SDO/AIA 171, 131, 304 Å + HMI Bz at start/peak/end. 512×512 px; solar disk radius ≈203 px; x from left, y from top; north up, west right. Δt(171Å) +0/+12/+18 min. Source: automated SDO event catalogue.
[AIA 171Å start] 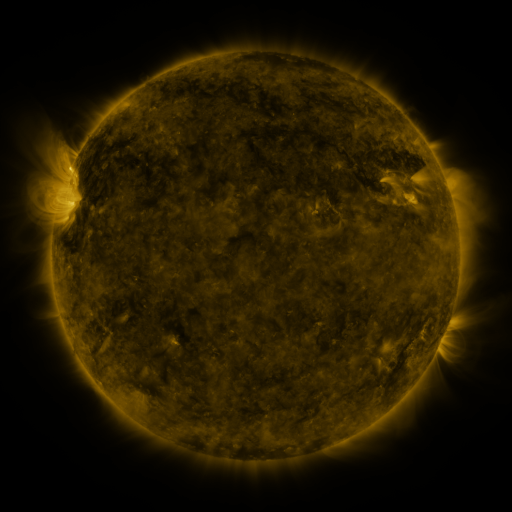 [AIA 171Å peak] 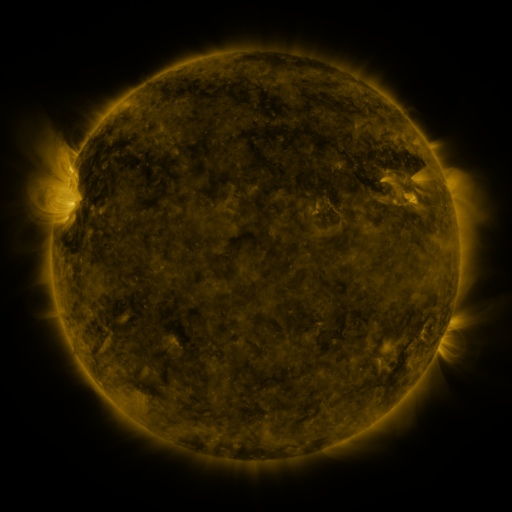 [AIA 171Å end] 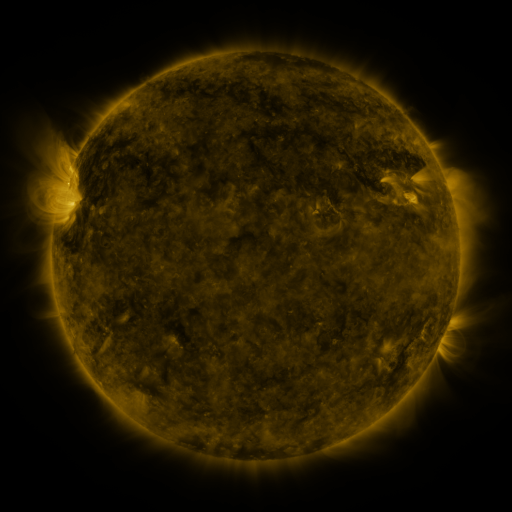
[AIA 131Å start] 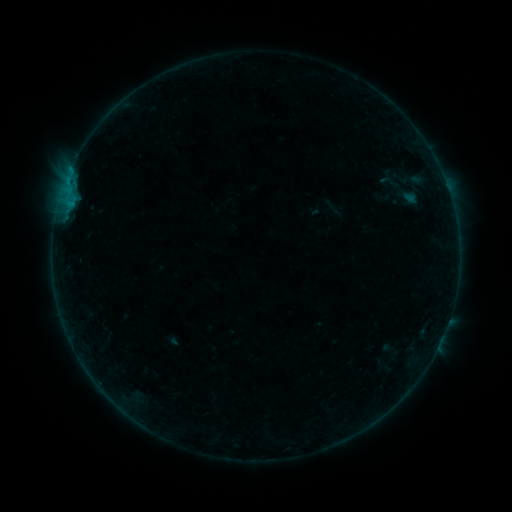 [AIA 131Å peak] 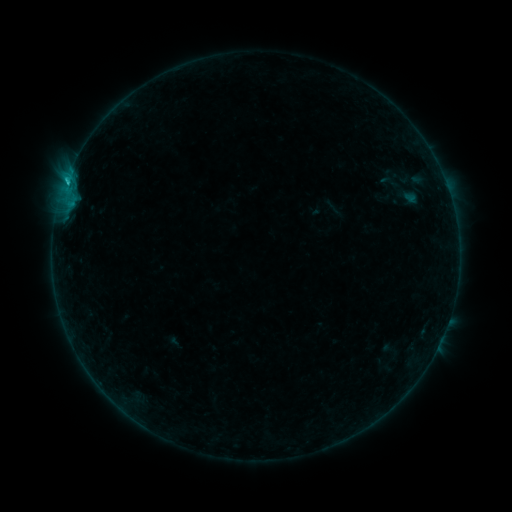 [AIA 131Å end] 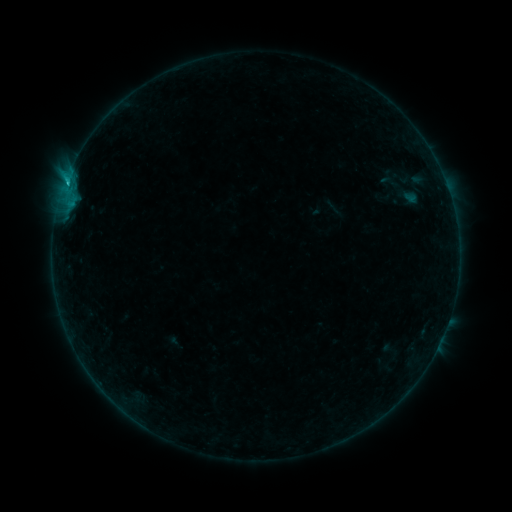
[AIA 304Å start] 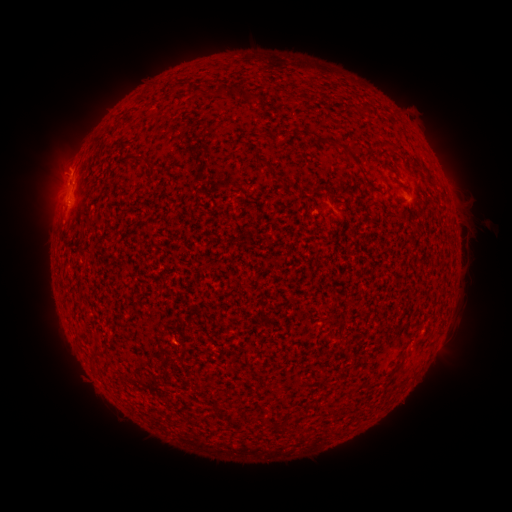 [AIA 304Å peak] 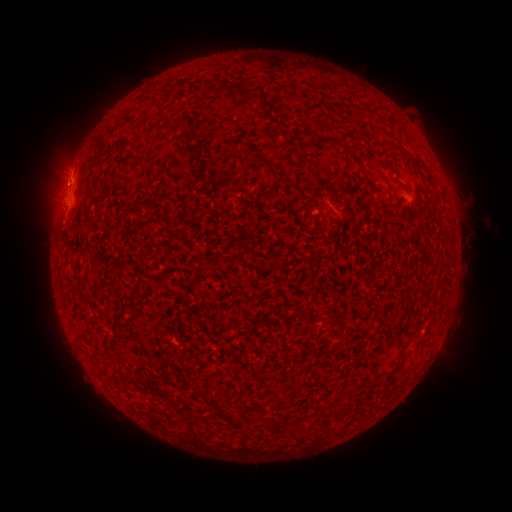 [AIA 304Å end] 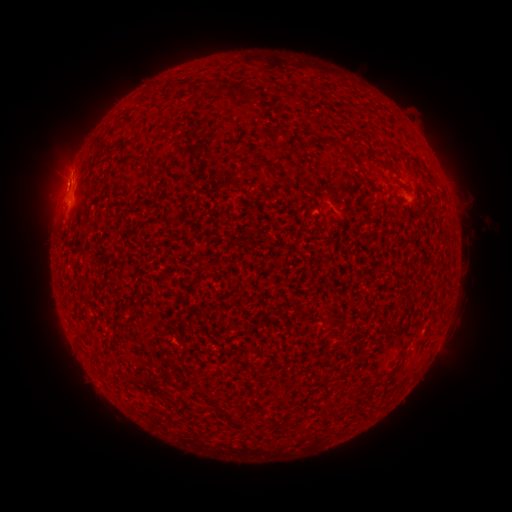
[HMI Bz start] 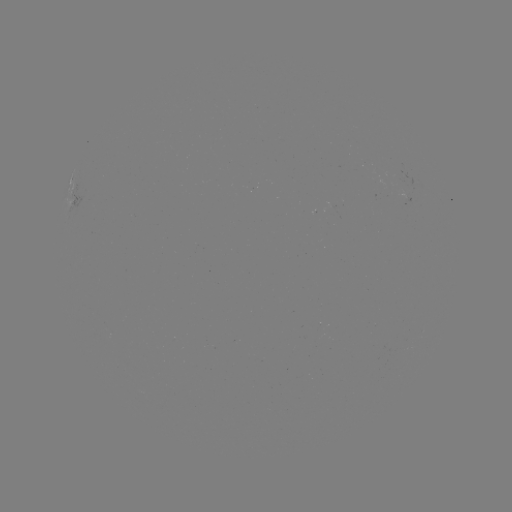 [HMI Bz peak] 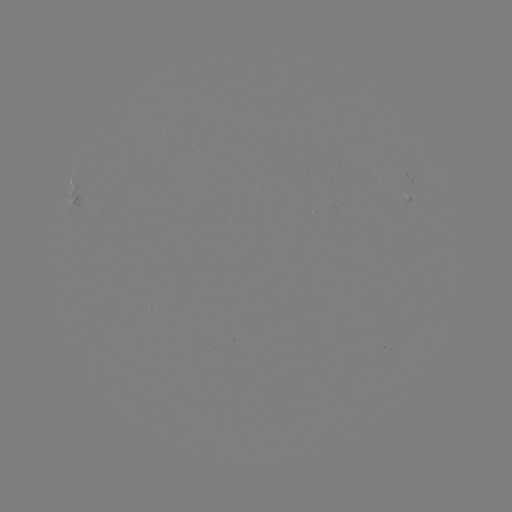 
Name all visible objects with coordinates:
B7.7 flare: (67, 184)
